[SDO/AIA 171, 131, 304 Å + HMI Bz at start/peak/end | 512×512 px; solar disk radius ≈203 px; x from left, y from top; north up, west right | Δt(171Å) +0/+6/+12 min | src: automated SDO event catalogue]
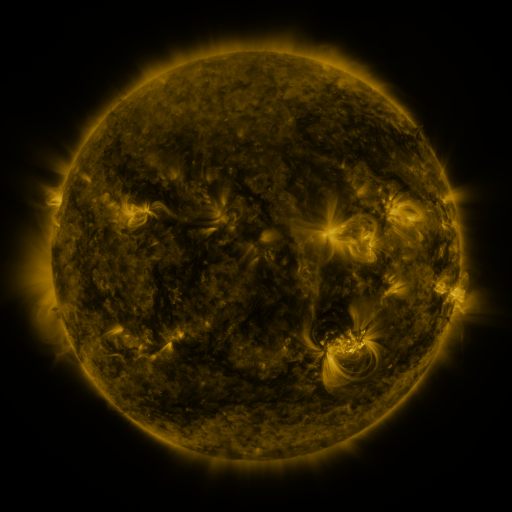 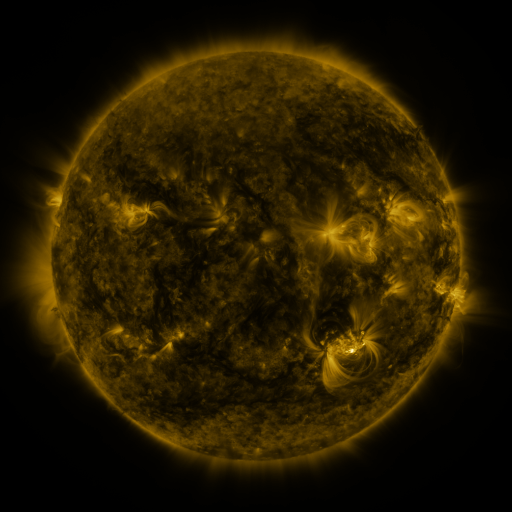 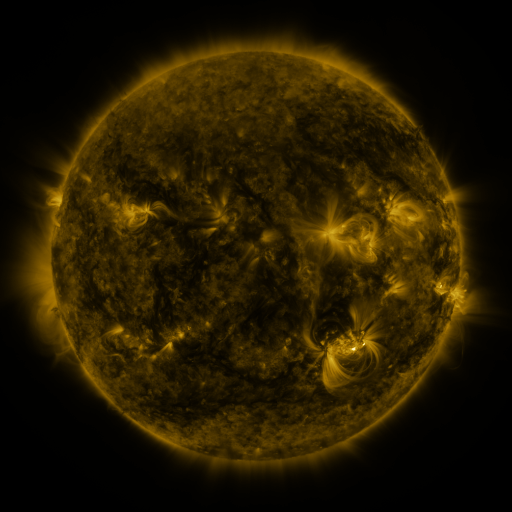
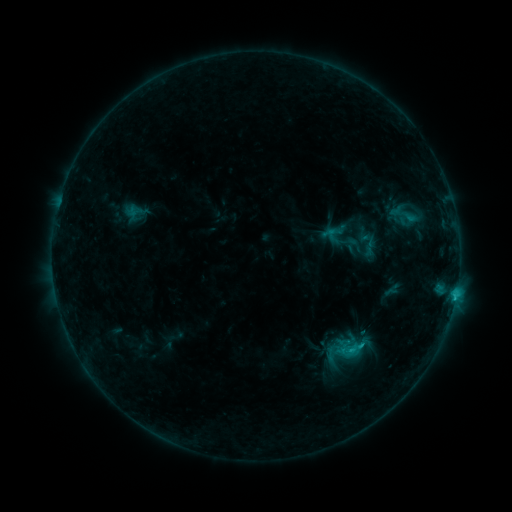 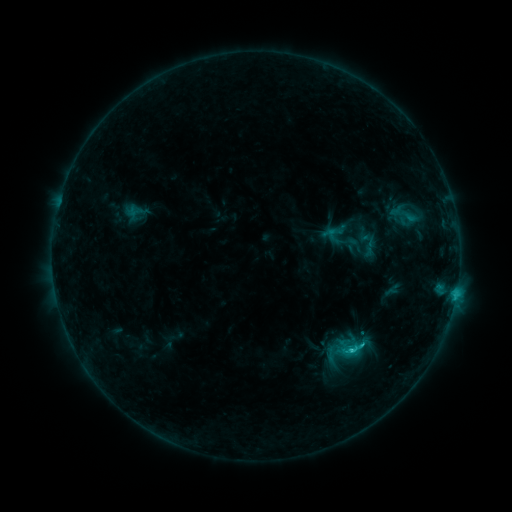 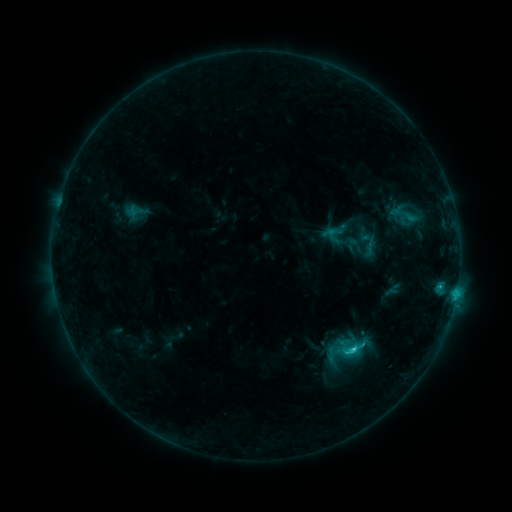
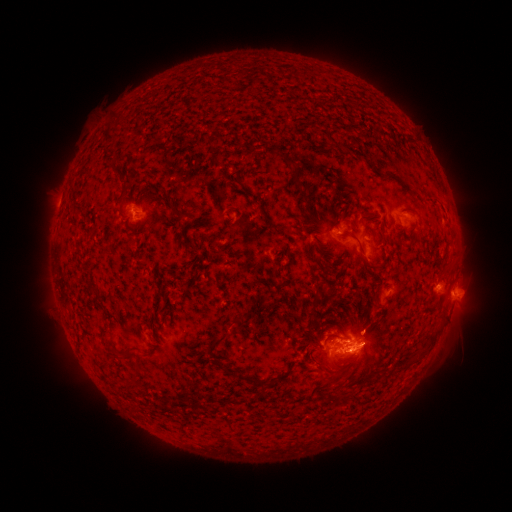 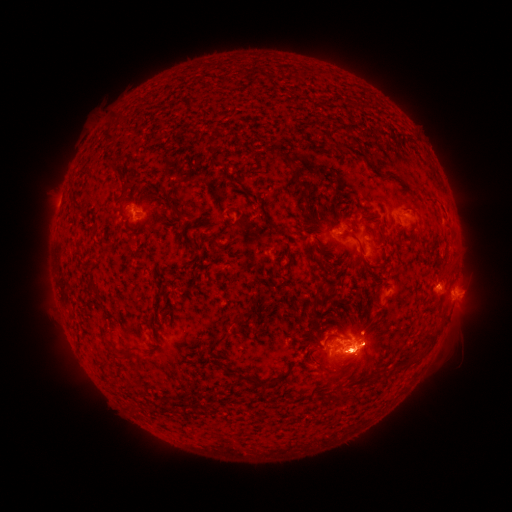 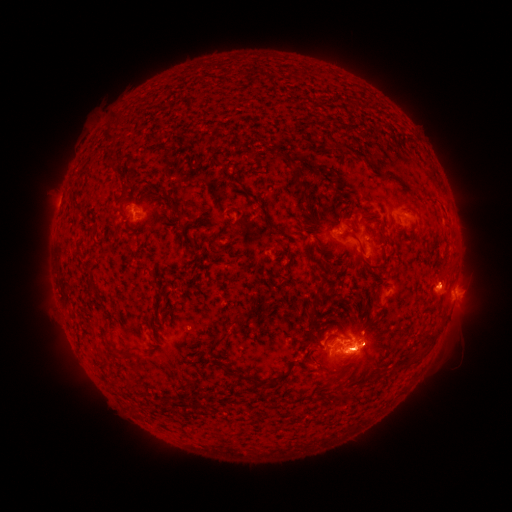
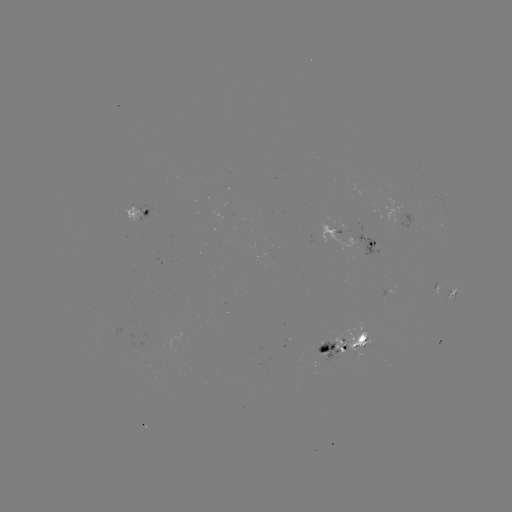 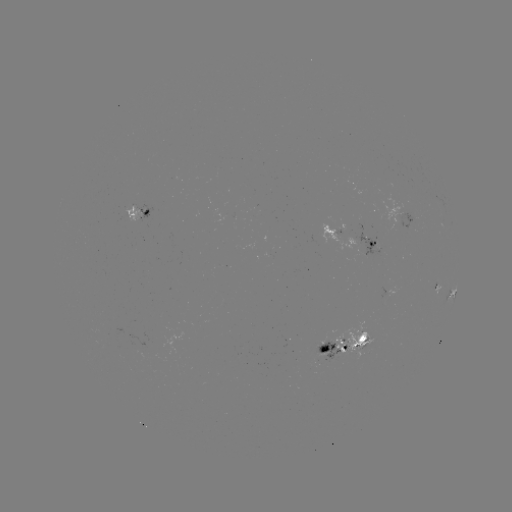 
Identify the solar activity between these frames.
C2.4 flare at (351, 348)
